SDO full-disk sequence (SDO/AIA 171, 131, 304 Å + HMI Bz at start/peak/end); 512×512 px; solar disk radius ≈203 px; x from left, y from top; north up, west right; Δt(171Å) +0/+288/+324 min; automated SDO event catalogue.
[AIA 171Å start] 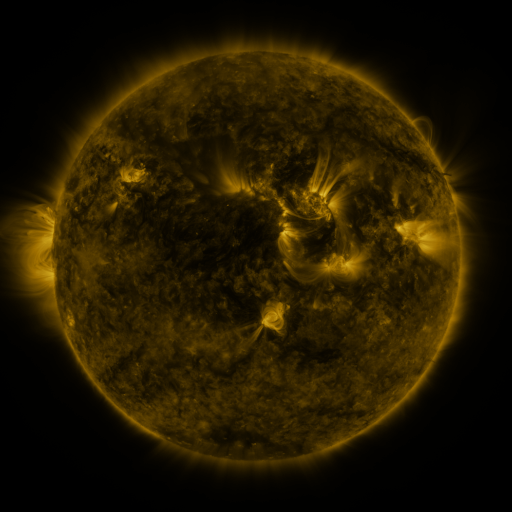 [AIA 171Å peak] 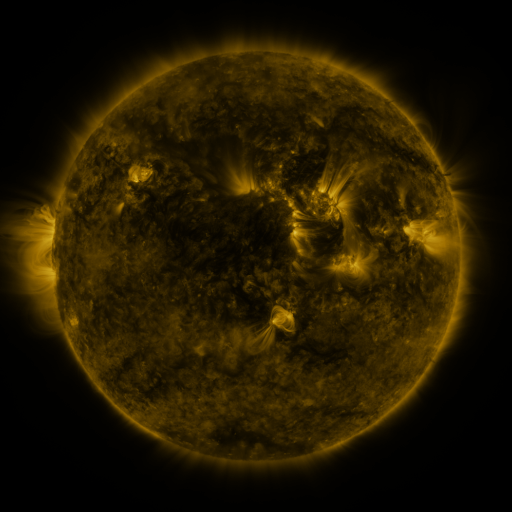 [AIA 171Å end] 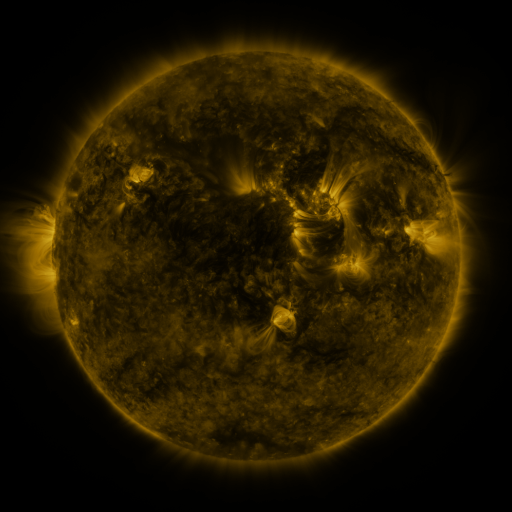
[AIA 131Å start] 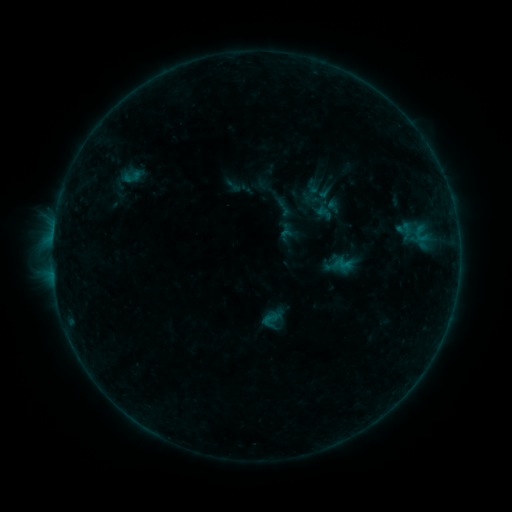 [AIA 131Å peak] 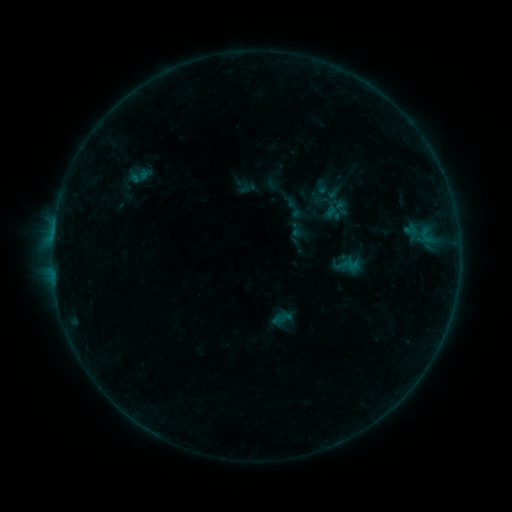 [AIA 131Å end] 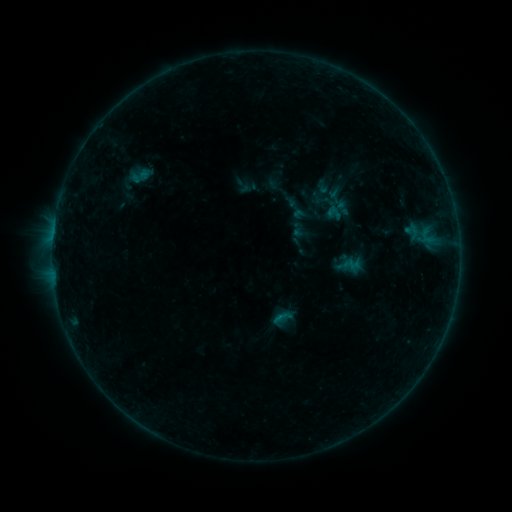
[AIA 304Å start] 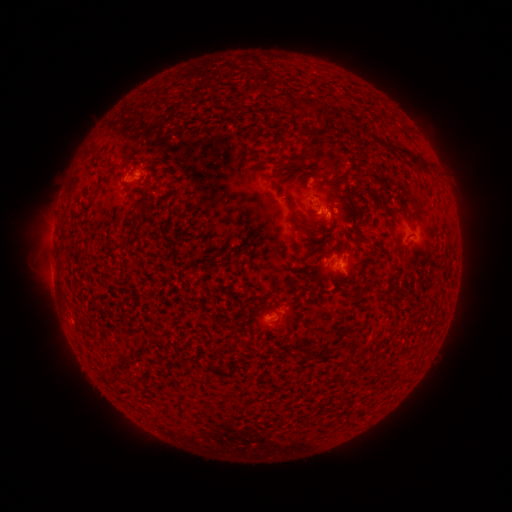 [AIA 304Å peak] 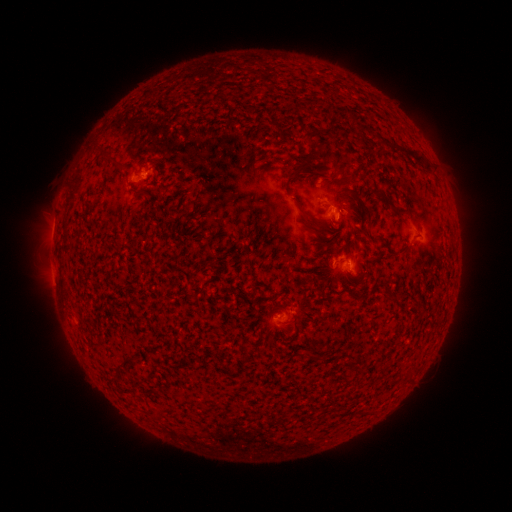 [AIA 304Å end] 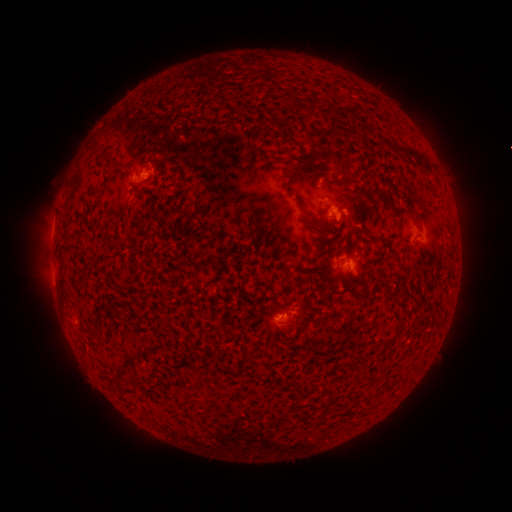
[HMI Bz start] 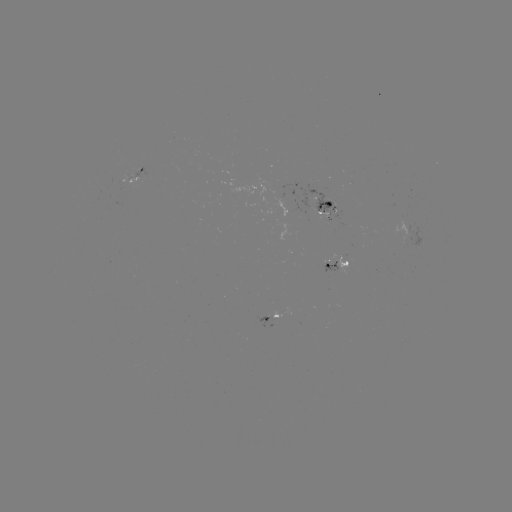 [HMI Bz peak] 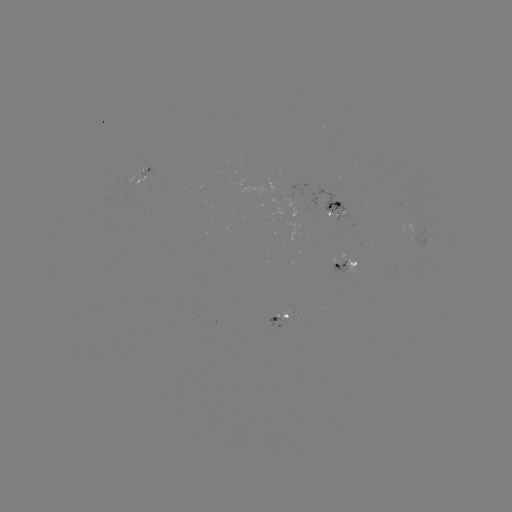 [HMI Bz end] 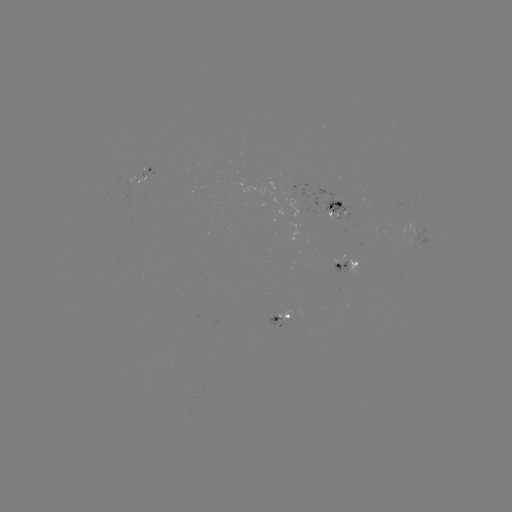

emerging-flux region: [263, 315, 280, 330]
